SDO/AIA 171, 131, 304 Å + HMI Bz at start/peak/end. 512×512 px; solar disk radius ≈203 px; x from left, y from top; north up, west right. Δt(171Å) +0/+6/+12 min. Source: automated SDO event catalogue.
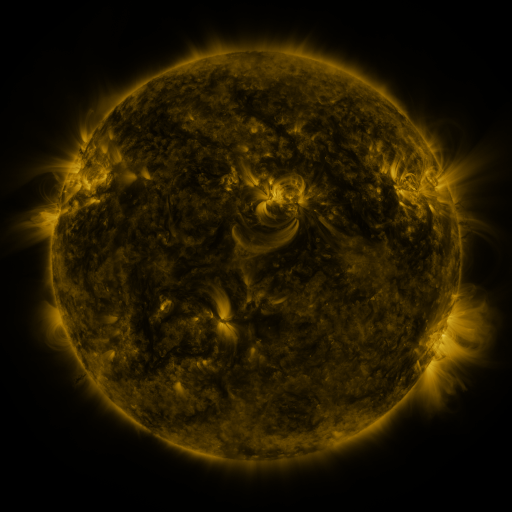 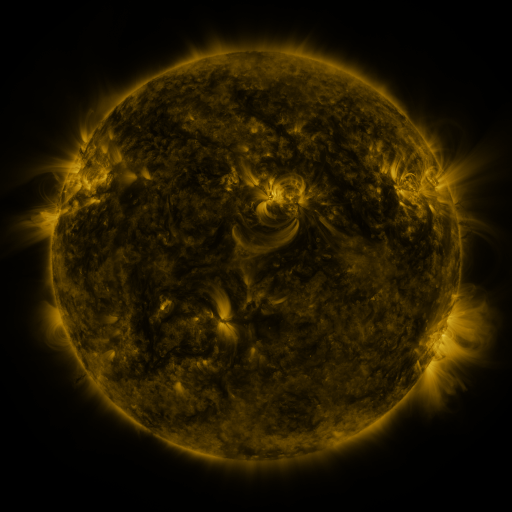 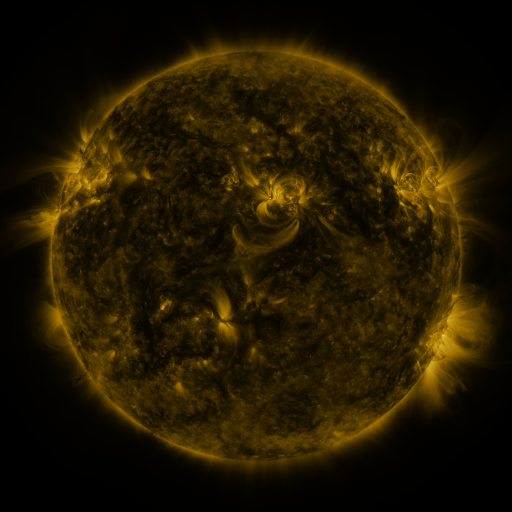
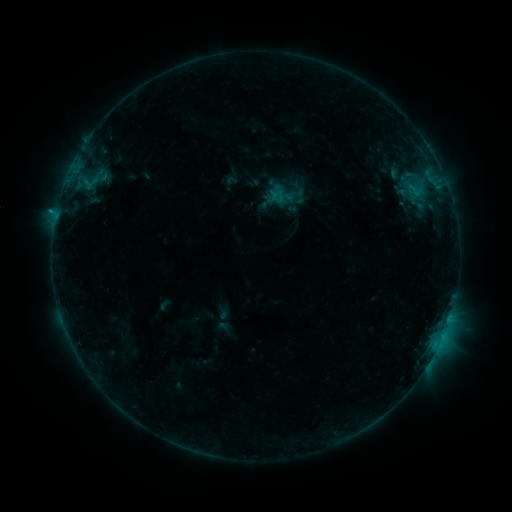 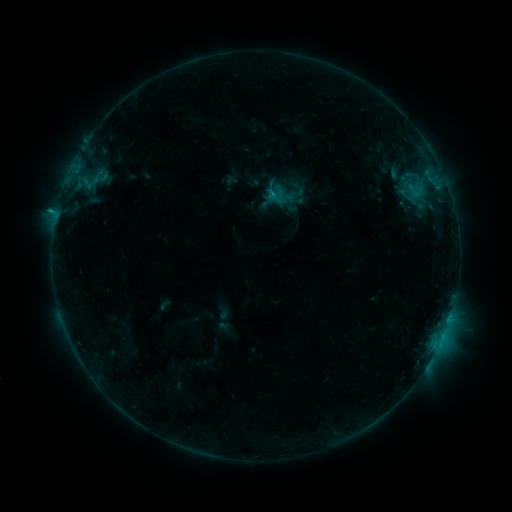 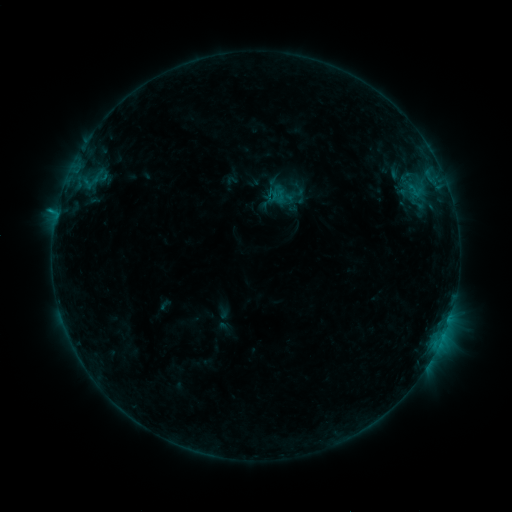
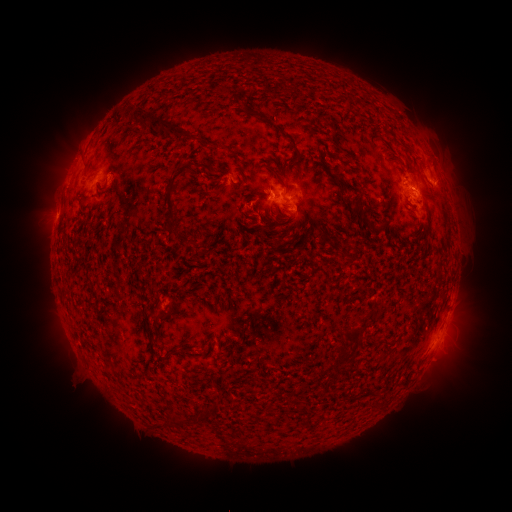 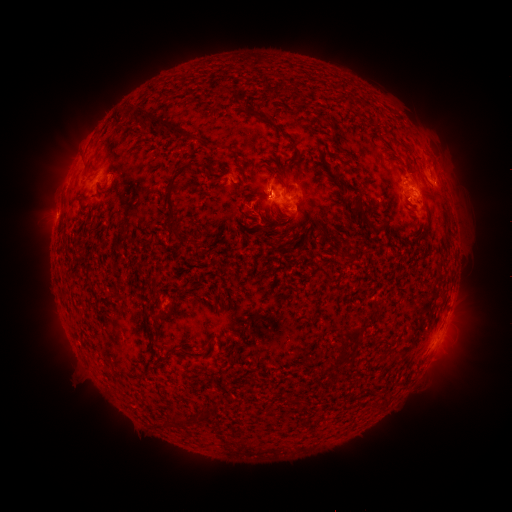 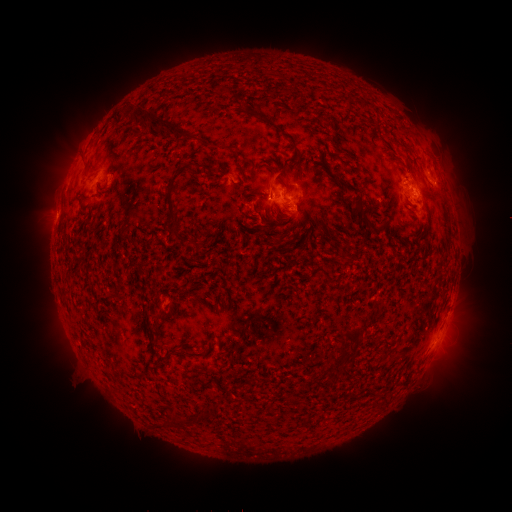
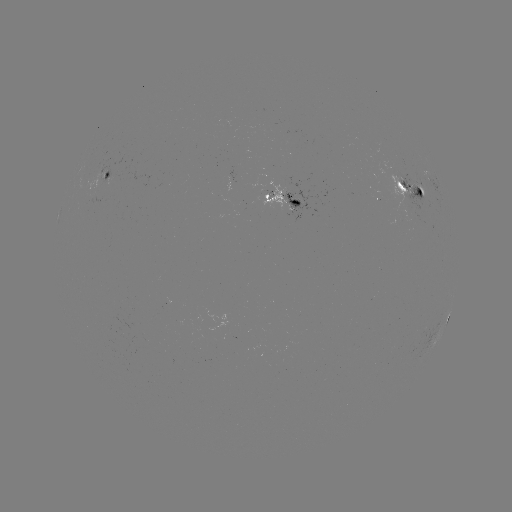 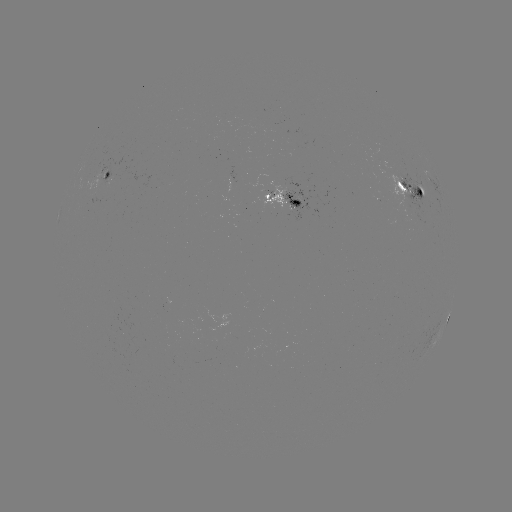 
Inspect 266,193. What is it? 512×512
C1.3 flare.